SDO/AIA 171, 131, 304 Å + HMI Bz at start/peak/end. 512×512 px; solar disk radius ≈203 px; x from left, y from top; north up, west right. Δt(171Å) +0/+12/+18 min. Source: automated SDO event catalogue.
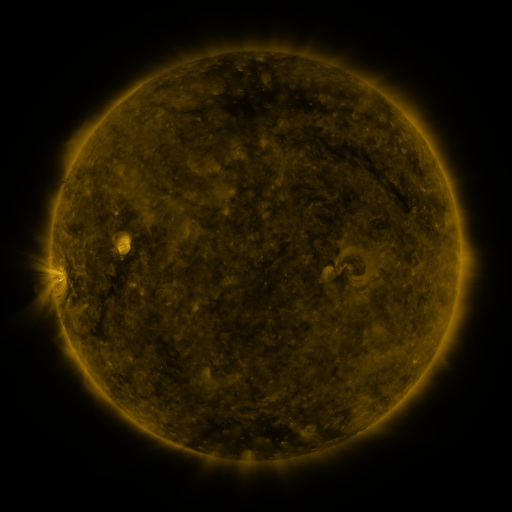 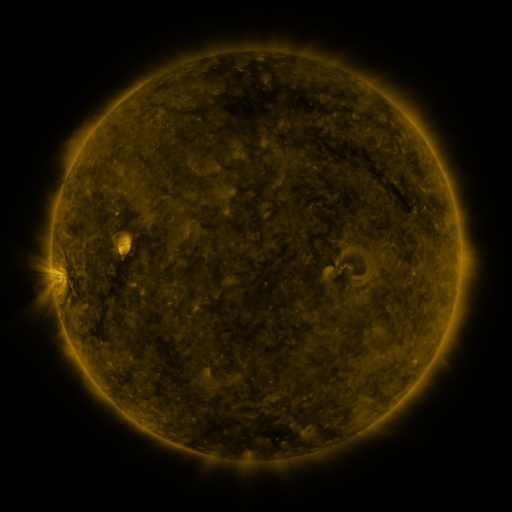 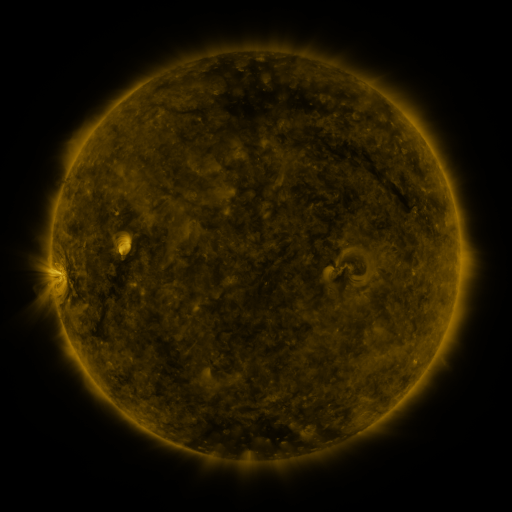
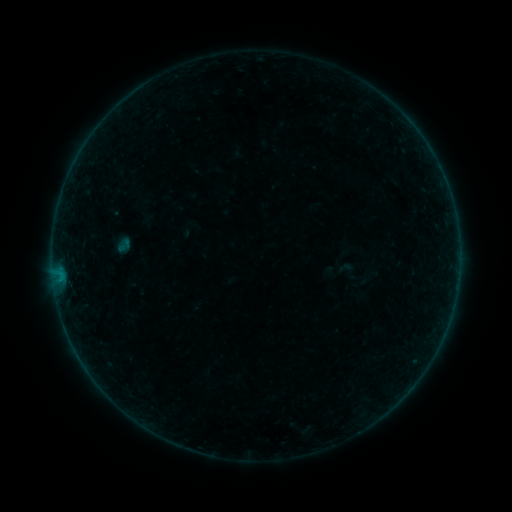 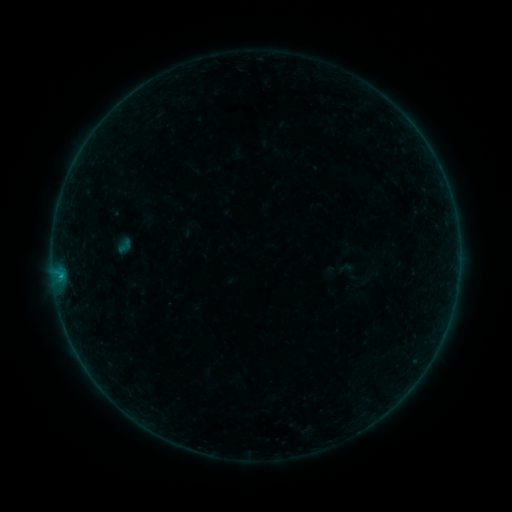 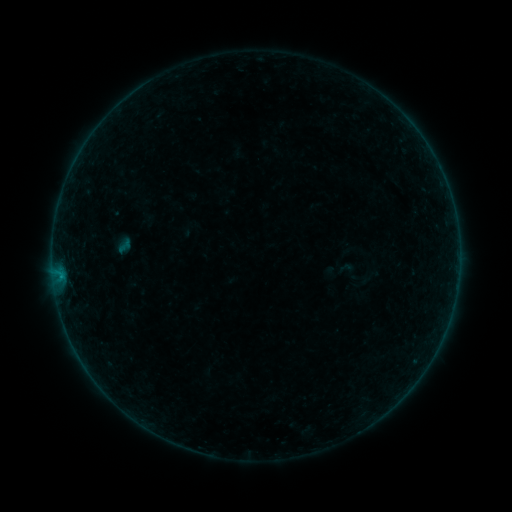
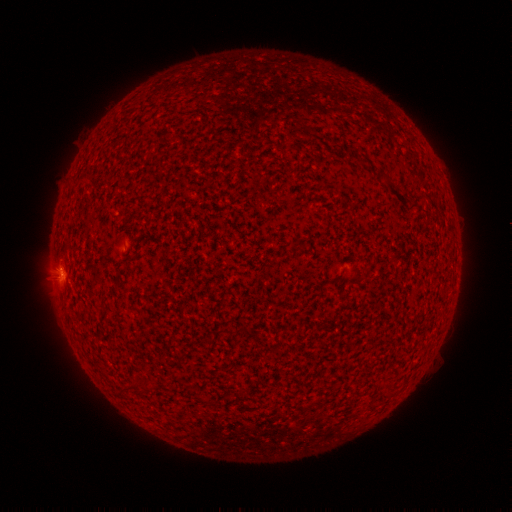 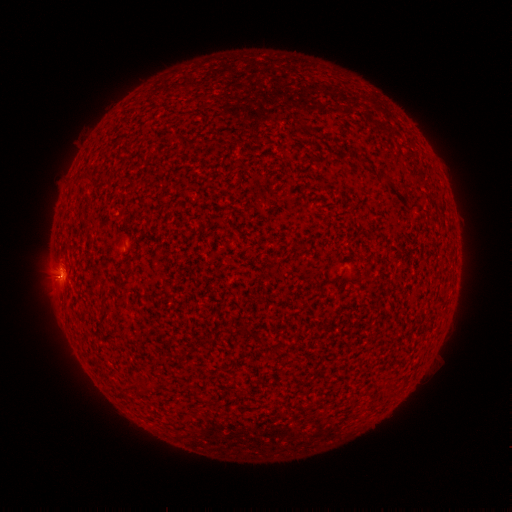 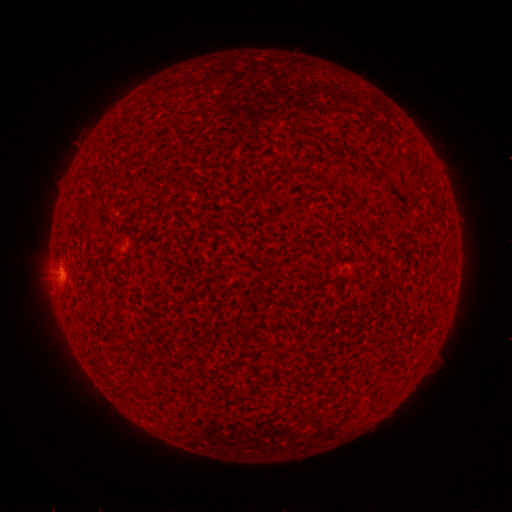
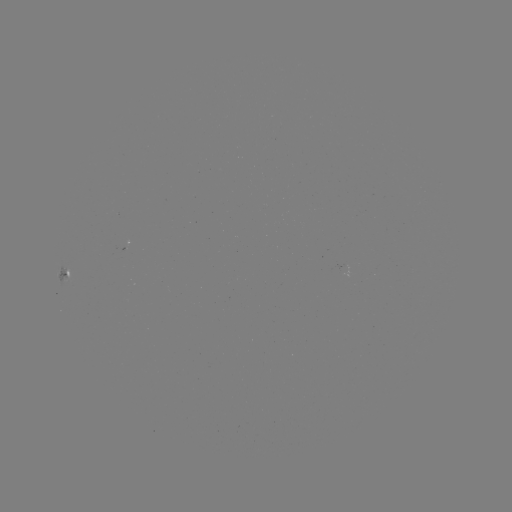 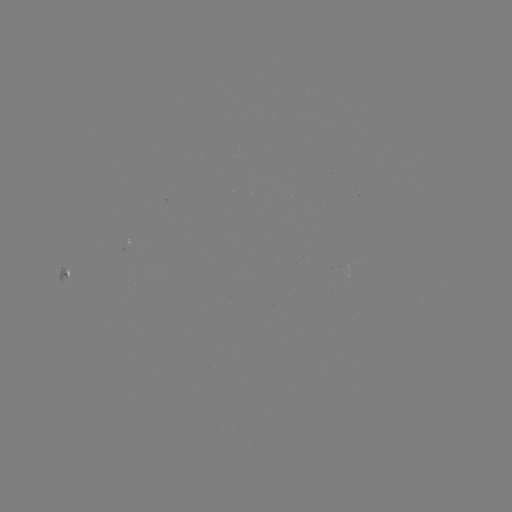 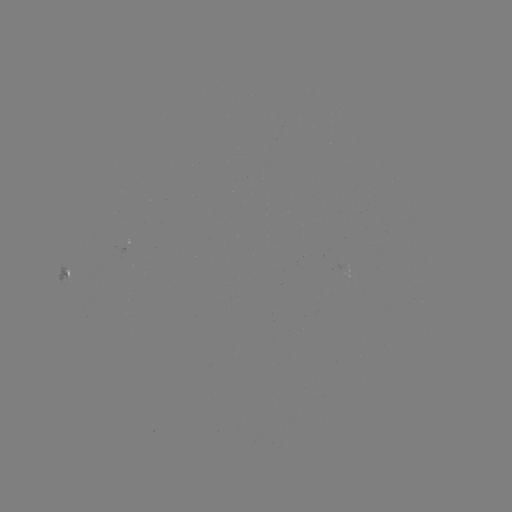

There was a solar flare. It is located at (60, 274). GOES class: B2.0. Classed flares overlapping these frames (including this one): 1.